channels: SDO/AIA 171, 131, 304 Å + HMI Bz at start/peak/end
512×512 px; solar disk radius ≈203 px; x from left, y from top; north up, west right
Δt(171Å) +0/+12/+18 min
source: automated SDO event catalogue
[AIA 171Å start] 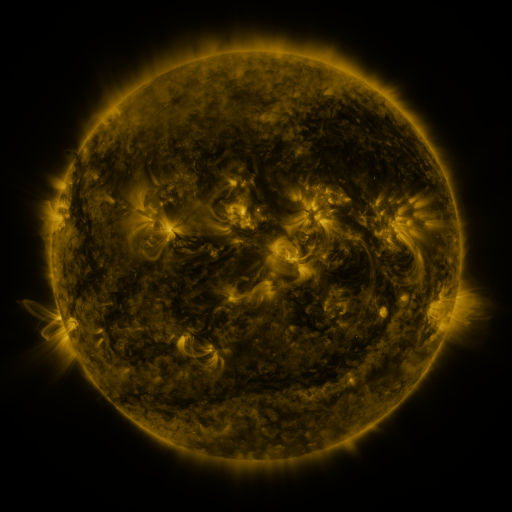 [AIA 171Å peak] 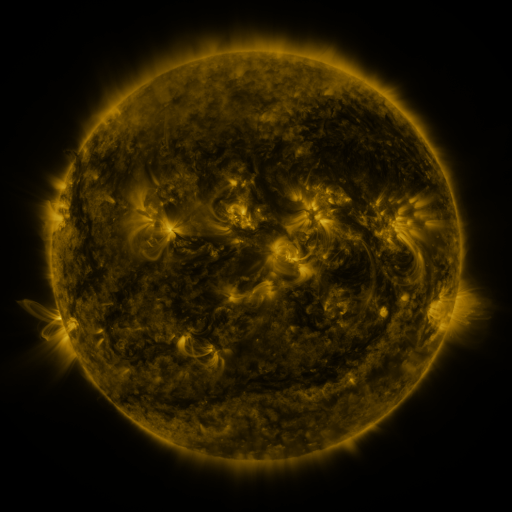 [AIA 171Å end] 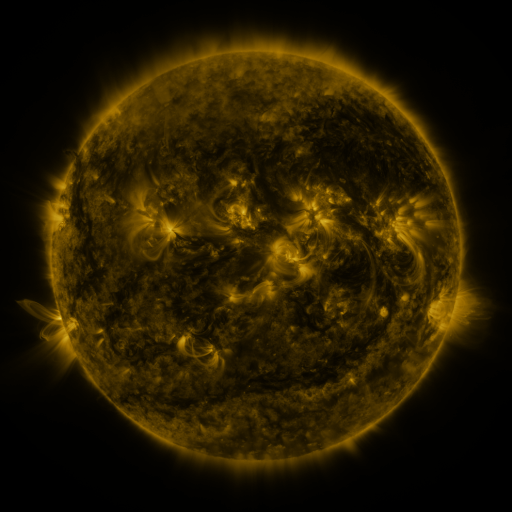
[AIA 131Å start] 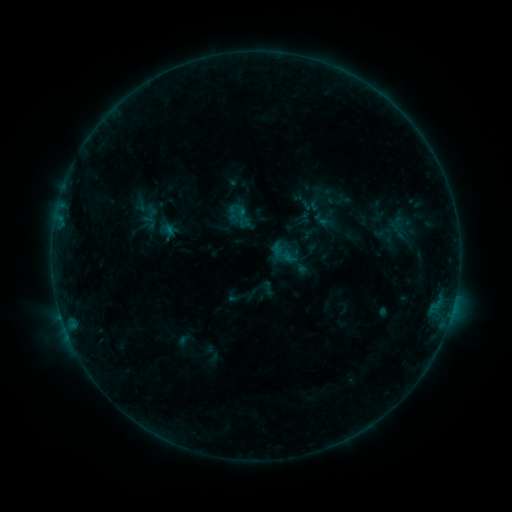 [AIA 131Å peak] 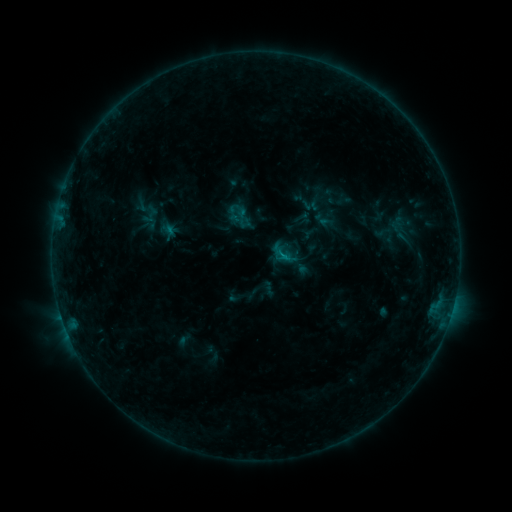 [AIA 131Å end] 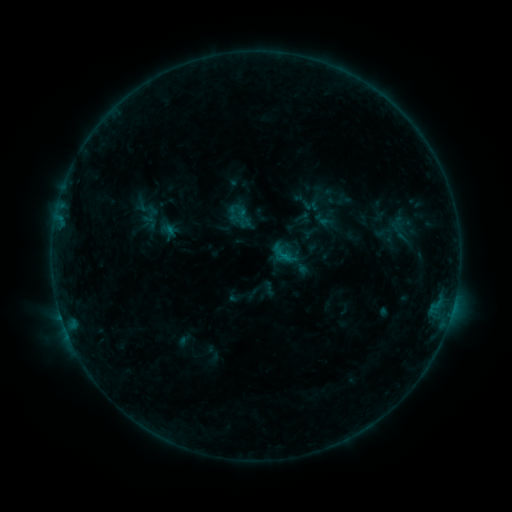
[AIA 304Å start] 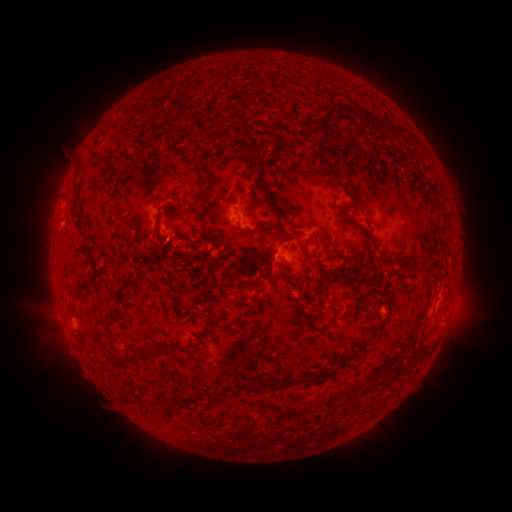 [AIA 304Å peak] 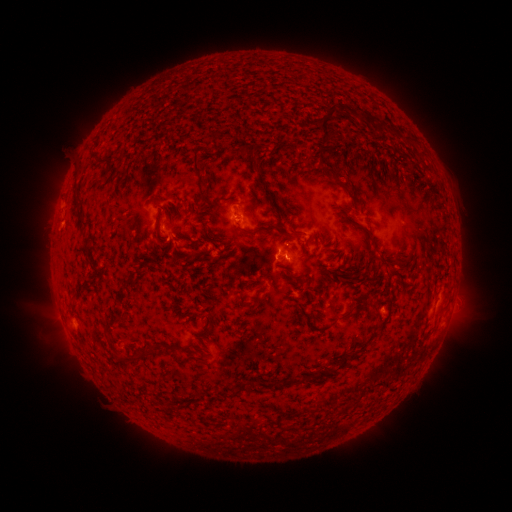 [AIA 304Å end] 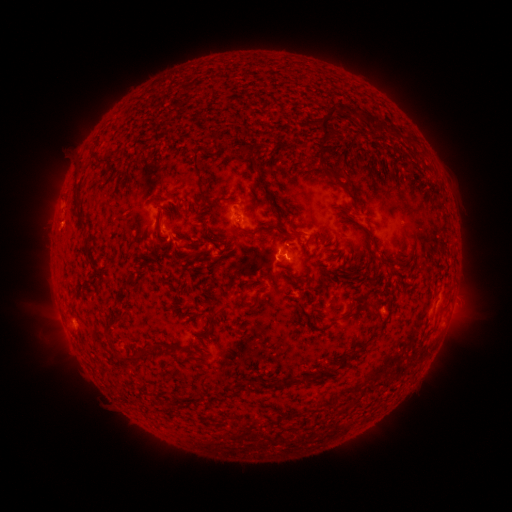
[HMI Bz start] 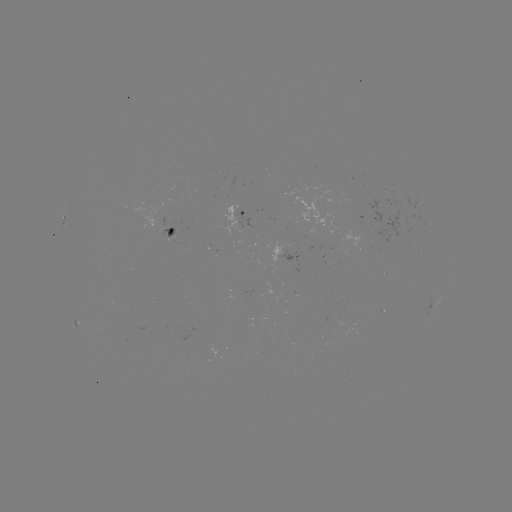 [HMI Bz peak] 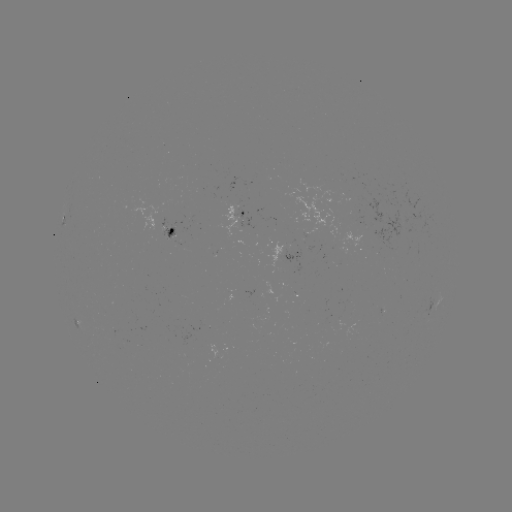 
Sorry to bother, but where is B5.4 flare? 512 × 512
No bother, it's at (284, 259).